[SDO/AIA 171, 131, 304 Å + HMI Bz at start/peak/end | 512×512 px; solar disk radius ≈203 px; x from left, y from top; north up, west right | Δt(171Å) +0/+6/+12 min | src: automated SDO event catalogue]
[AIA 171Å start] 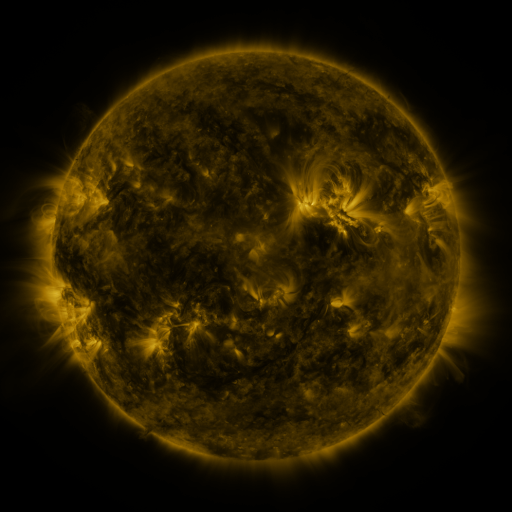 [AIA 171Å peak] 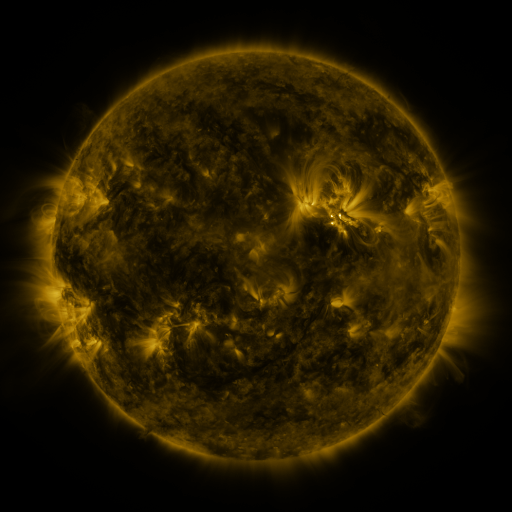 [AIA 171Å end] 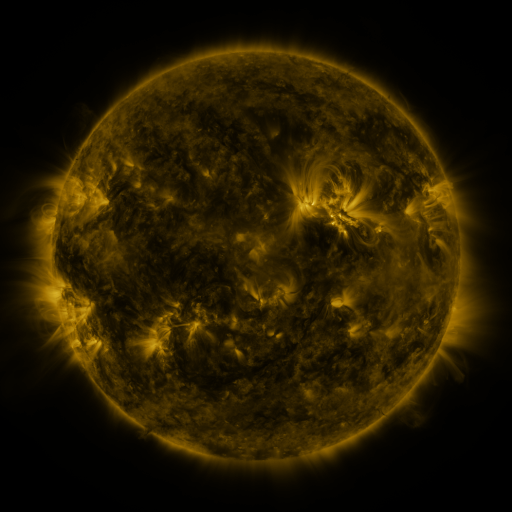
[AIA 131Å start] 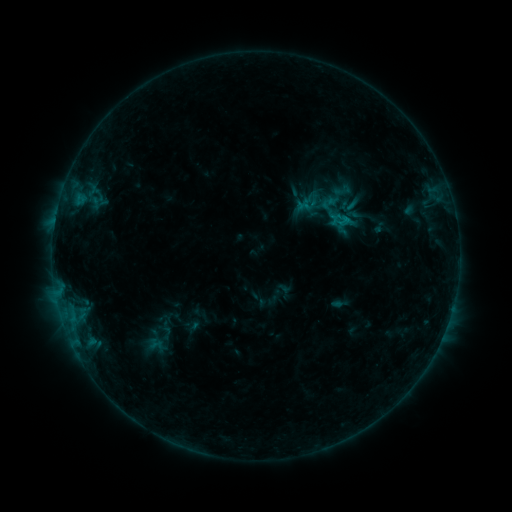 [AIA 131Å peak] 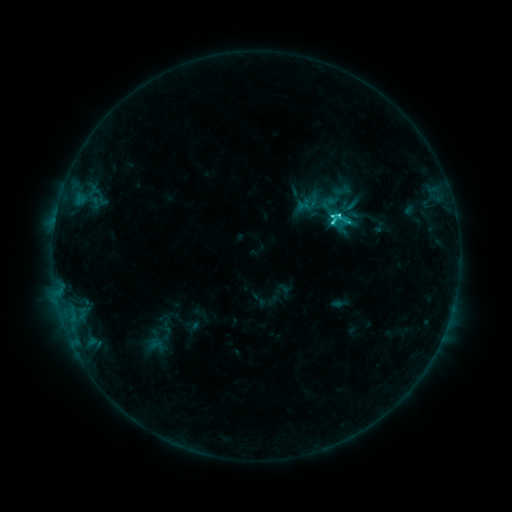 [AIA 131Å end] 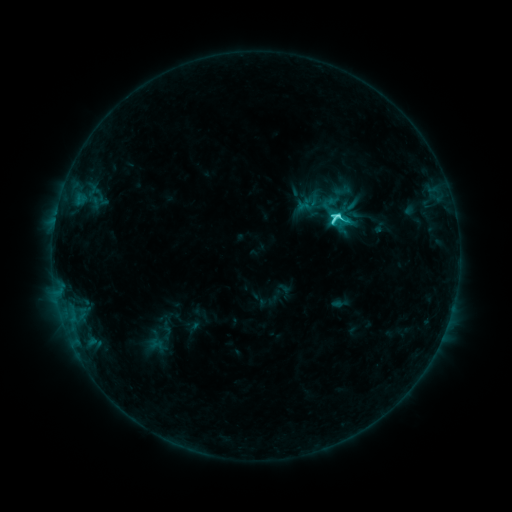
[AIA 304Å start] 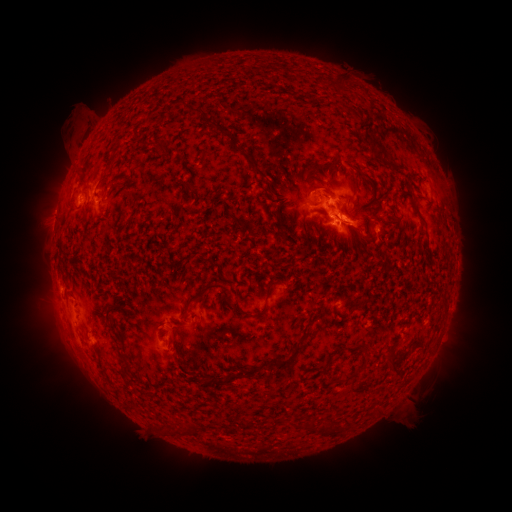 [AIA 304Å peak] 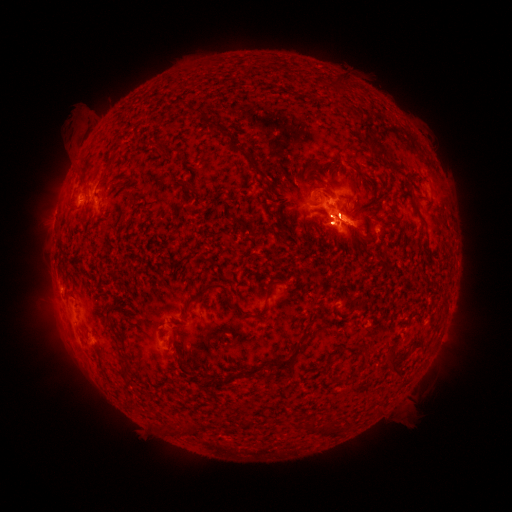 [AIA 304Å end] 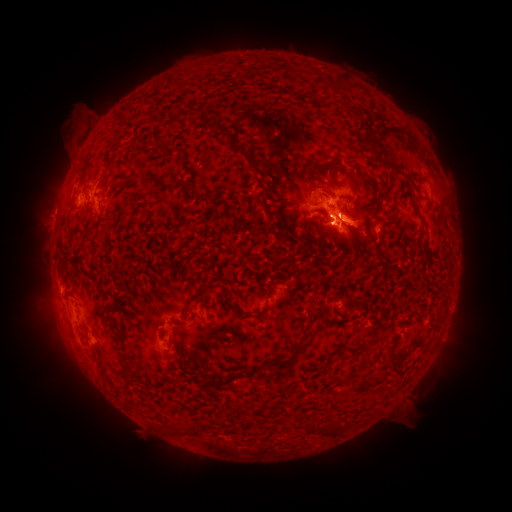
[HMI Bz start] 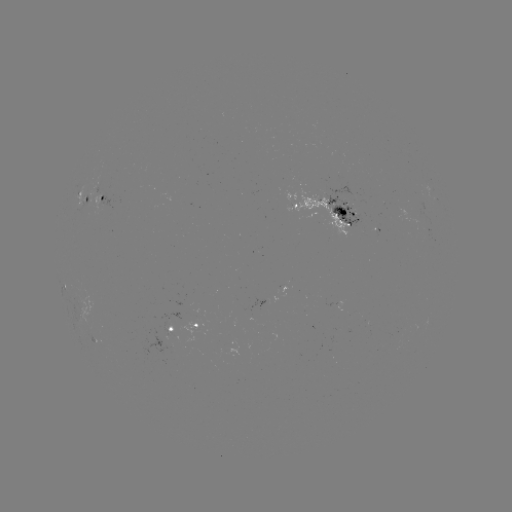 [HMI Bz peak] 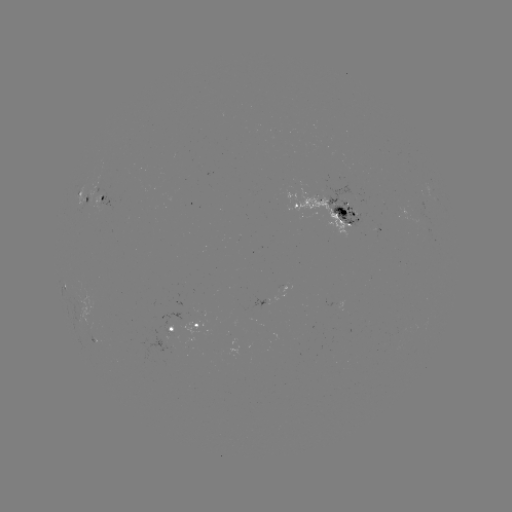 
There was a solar flare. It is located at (338, 218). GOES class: C4.4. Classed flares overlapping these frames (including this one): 1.